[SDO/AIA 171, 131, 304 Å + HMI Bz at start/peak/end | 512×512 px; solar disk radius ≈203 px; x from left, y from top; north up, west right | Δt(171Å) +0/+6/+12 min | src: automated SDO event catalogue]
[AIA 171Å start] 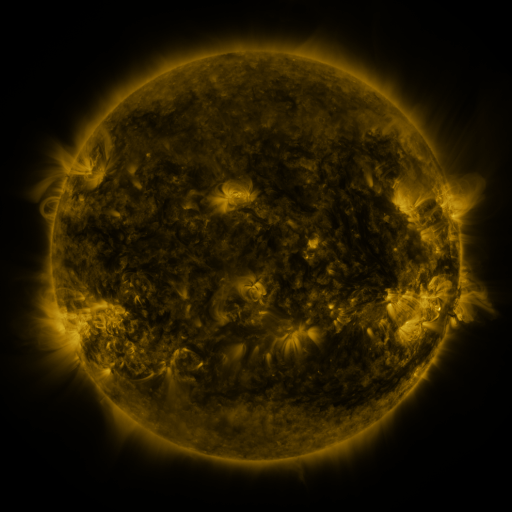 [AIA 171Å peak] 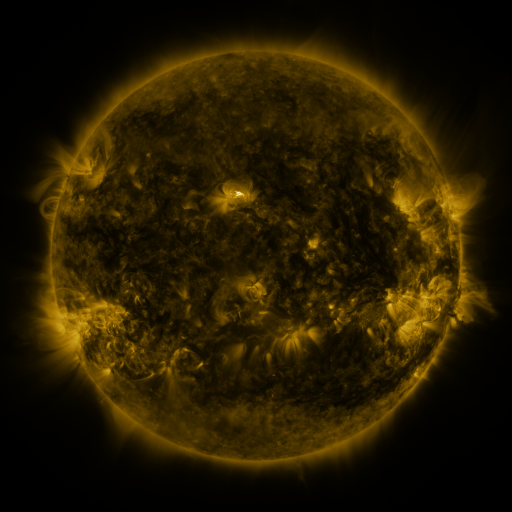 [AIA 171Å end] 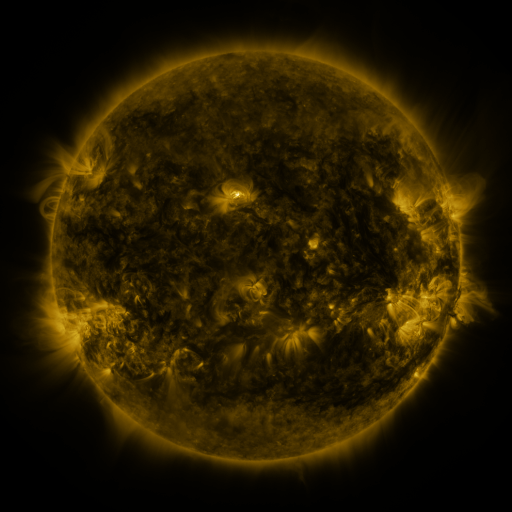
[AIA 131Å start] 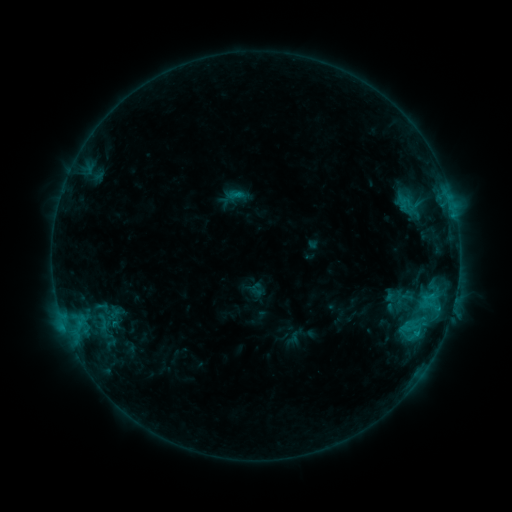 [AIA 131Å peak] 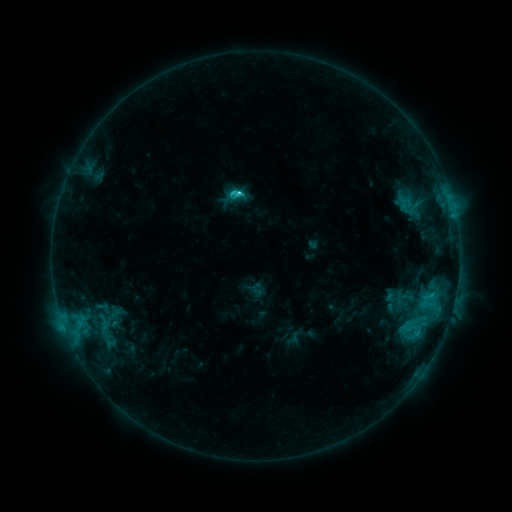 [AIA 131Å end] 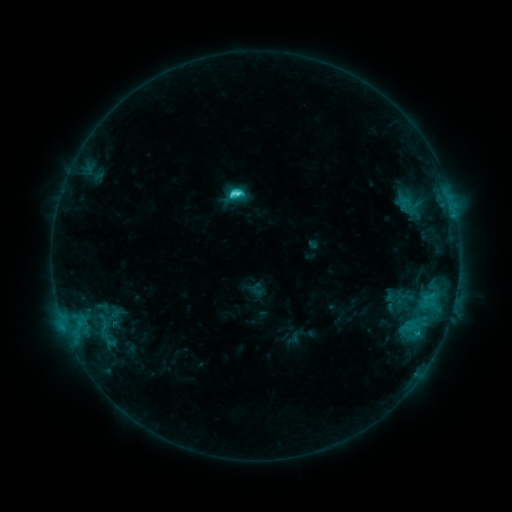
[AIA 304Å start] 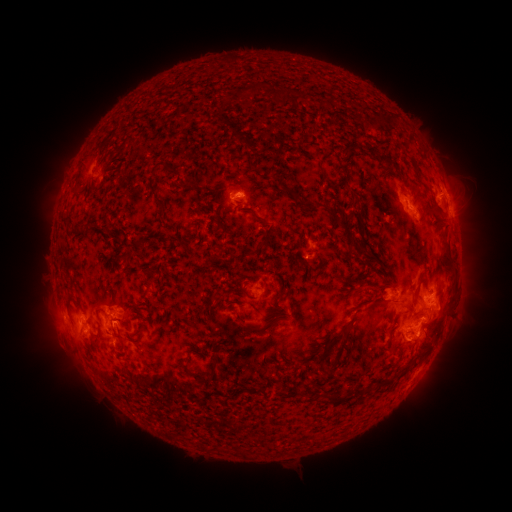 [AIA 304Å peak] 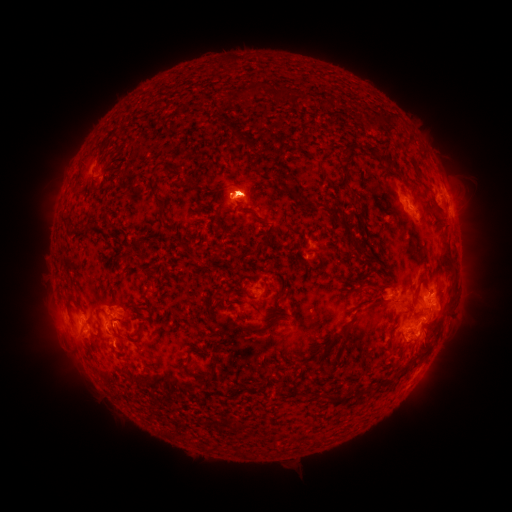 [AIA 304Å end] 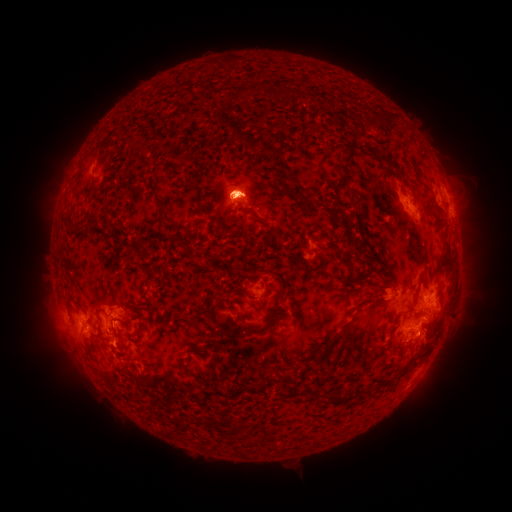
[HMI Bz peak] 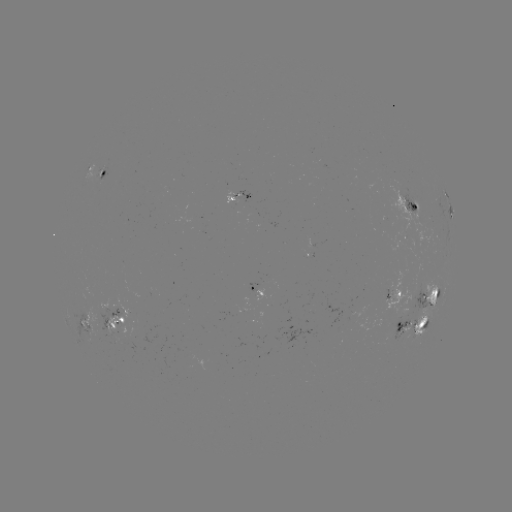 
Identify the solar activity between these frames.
M1.1 flare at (239, 195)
